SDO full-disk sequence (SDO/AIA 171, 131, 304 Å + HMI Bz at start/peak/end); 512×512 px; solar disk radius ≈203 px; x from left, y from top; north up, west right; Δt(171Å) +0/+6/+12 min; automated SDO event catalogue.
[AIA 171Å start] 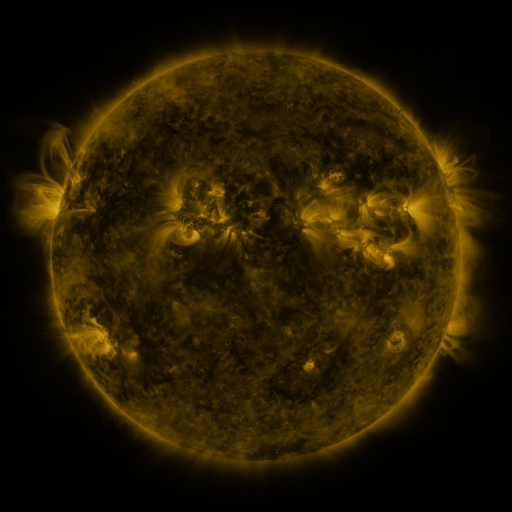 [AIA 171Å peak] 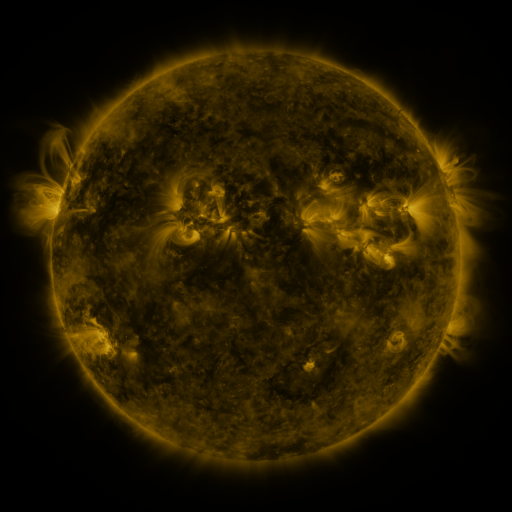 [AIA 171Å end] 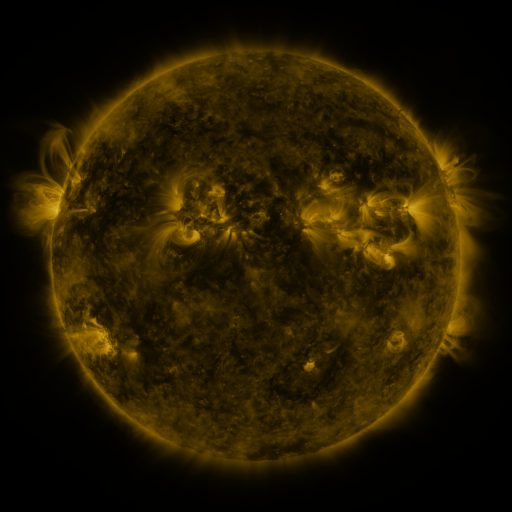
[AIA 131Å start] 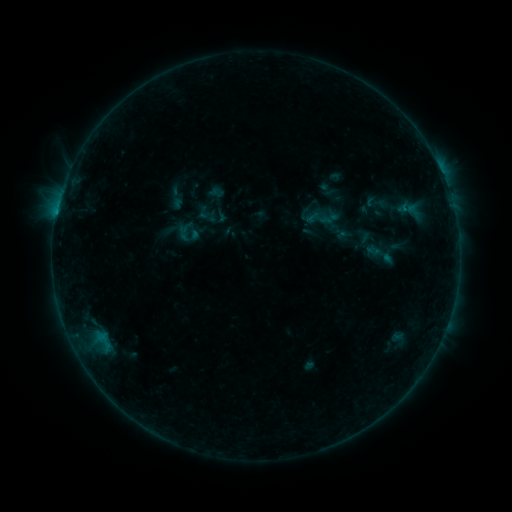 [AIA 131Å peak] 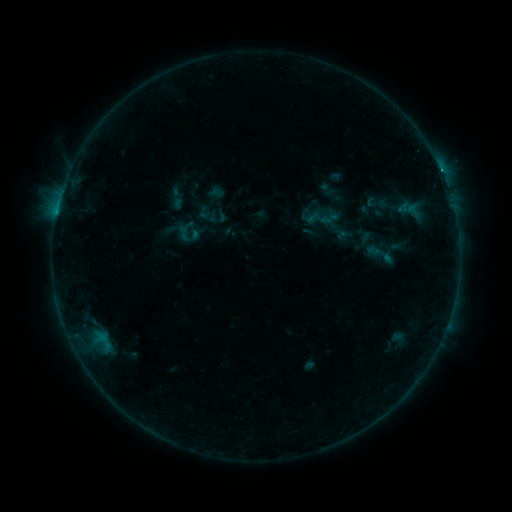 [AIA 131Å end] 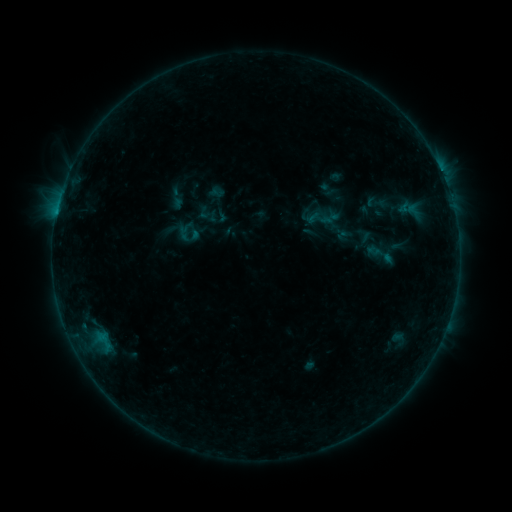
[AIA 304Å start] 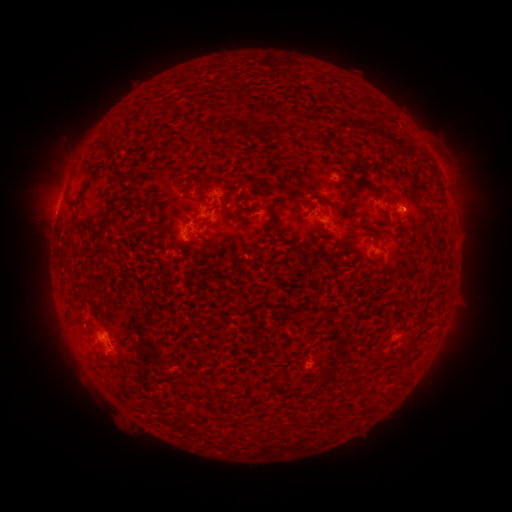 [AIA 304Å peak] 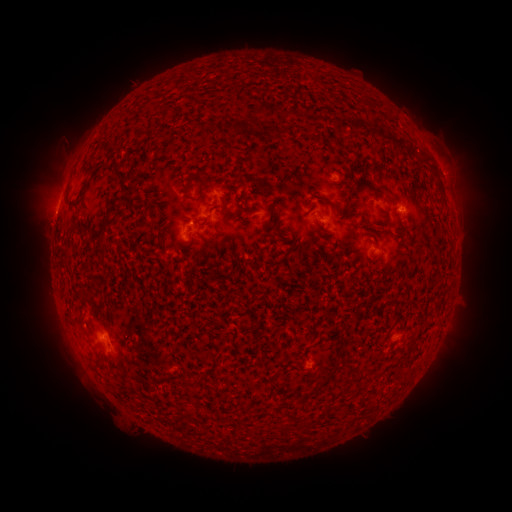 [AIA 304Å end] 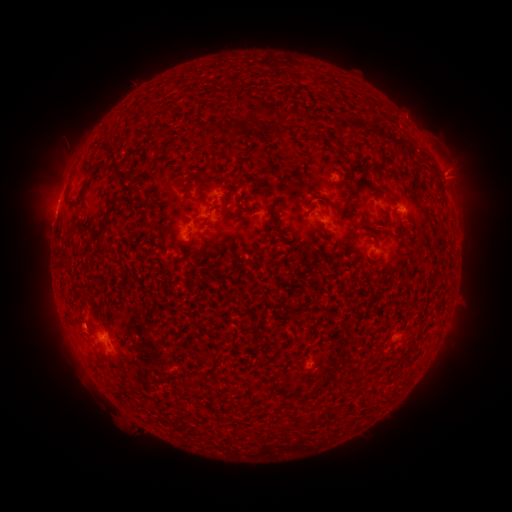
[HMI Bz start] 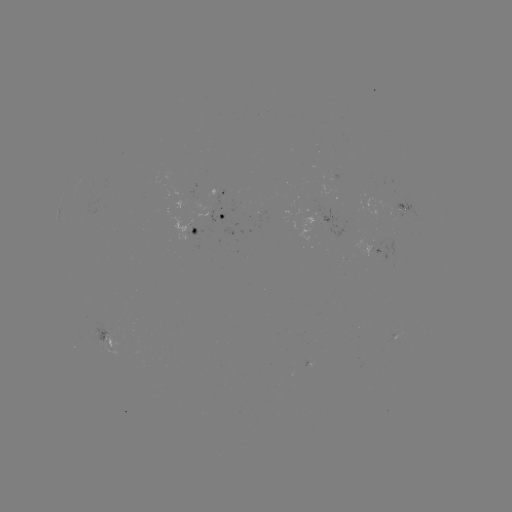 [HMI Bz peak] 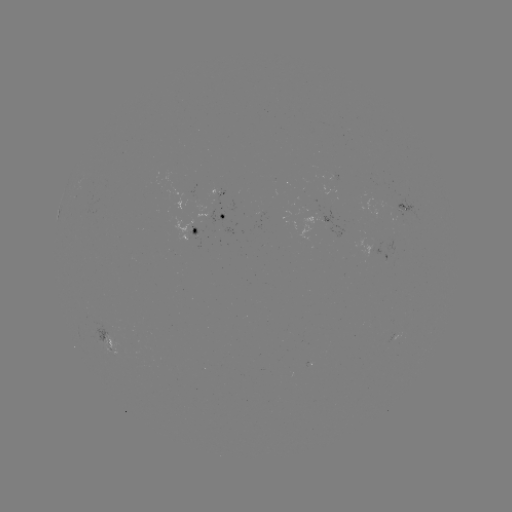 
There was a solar eruption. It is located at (452, 172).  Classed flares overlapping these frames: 1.